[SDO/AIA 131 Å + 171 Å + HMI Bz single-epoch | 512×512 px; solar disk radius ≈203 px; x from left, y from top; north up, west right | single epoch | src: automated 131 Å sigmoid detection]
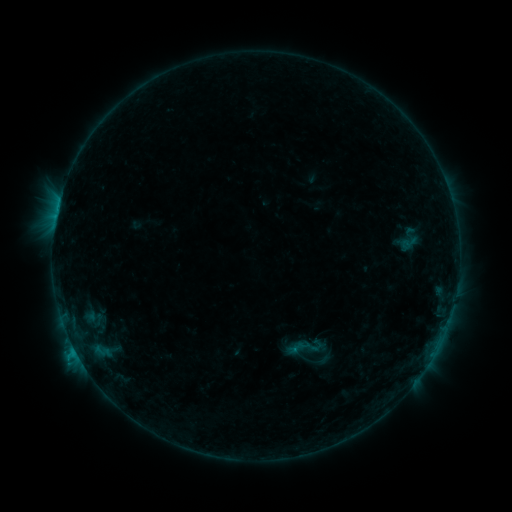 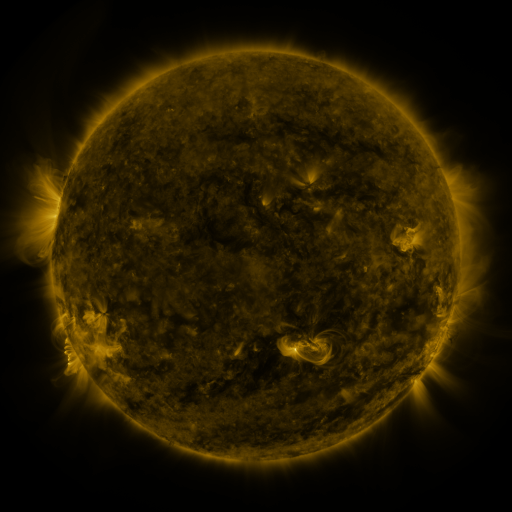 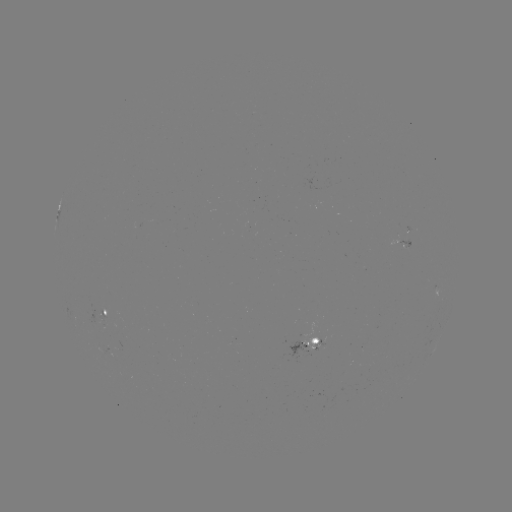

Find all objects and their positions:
sigmoid: <bbox>285, 326, 328, 368</bbox>
